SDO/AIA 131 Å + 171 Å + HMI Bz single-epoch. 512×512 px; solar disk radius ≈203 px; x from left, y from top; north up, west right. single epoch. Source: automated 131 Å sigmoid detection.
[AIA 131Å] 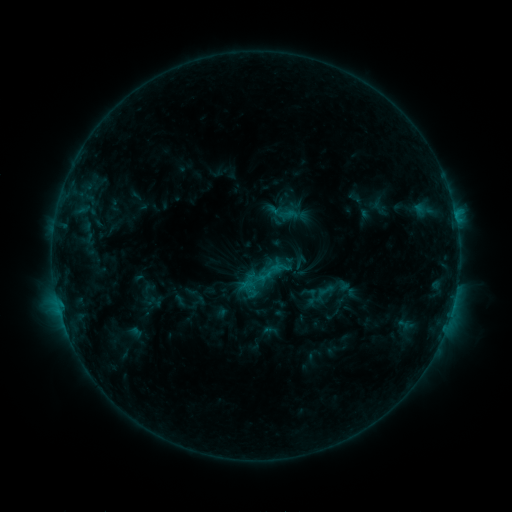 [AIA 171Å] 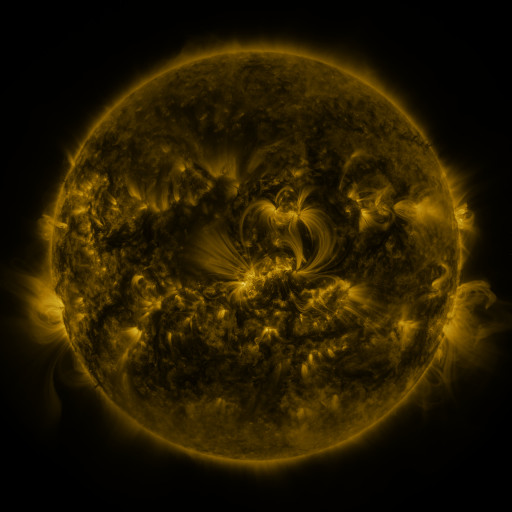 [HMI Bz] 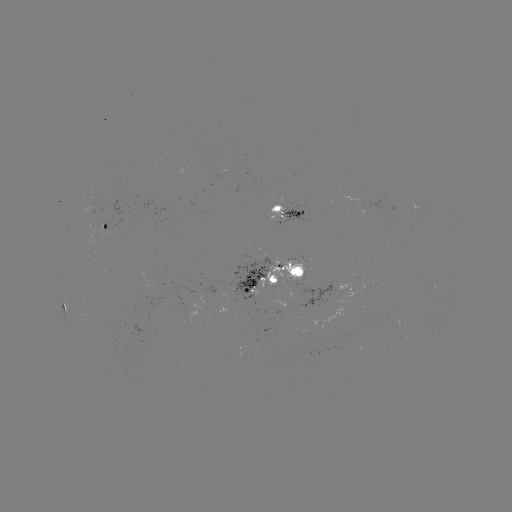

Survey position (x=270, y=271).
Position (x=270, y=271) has sigmoid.